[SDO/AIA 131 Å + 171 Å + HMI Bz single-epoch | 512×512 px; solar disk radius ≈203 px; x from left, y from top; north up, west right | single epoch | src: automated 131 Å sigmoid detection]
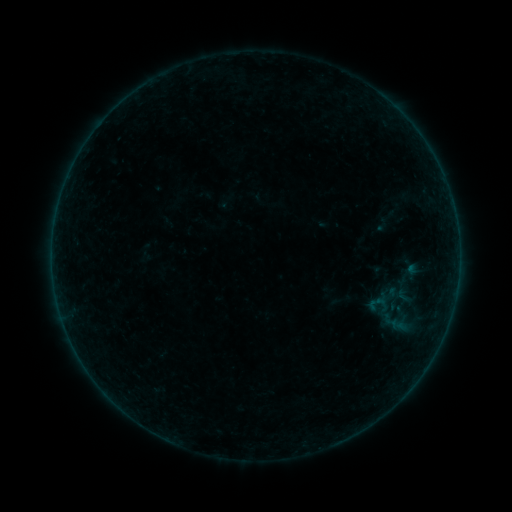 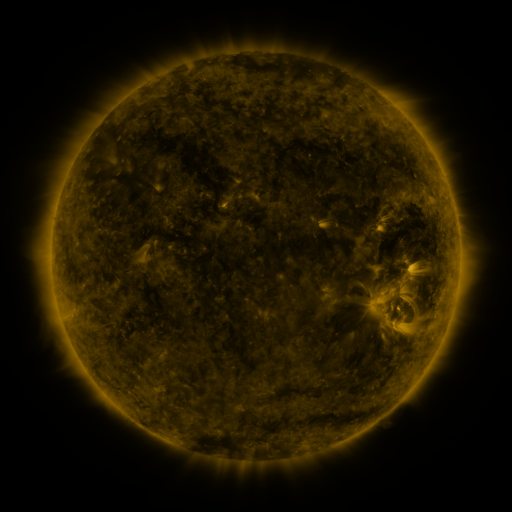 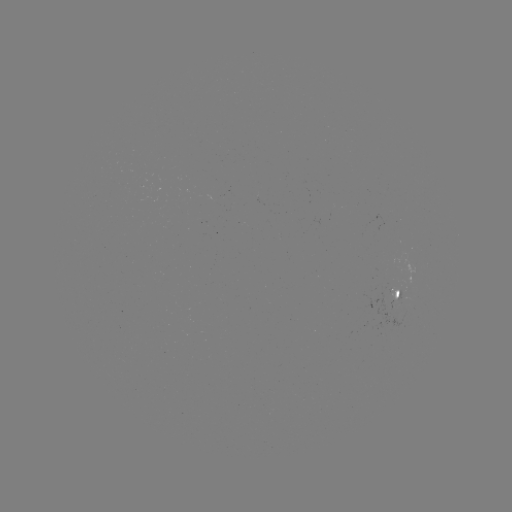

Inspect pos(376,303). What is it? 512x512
sigmoid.